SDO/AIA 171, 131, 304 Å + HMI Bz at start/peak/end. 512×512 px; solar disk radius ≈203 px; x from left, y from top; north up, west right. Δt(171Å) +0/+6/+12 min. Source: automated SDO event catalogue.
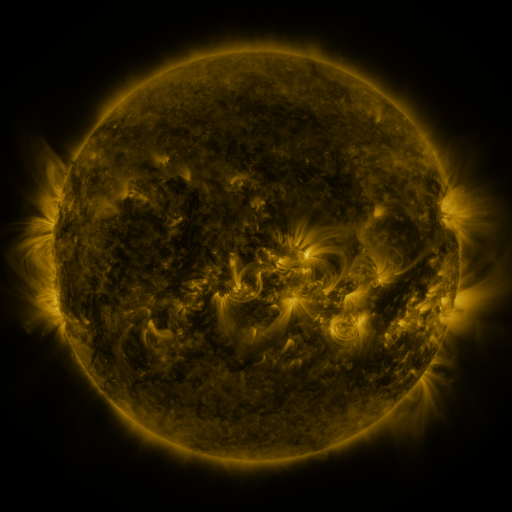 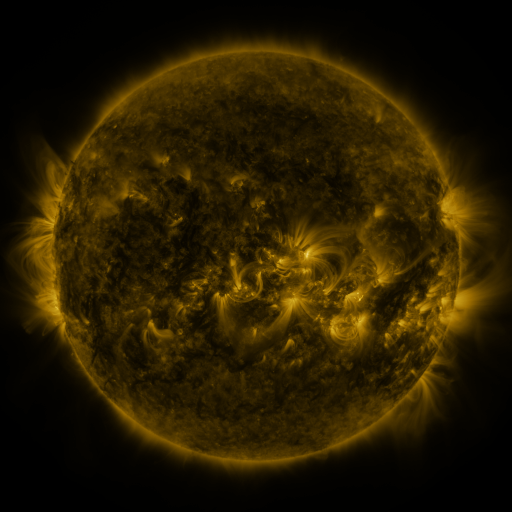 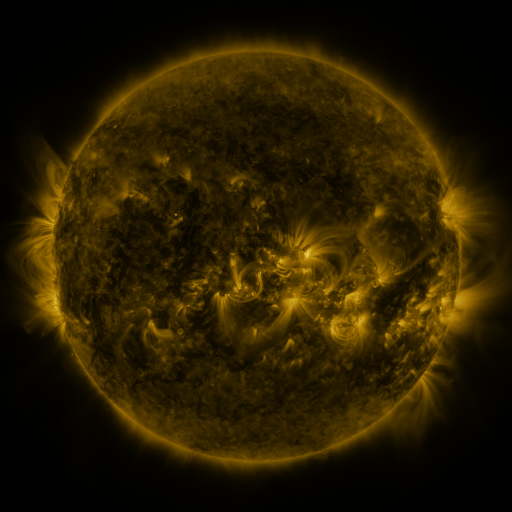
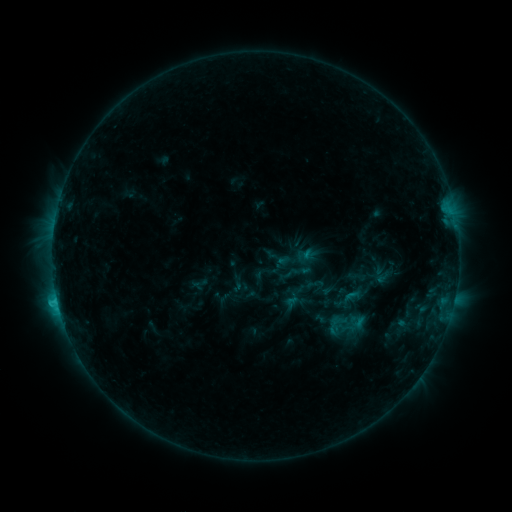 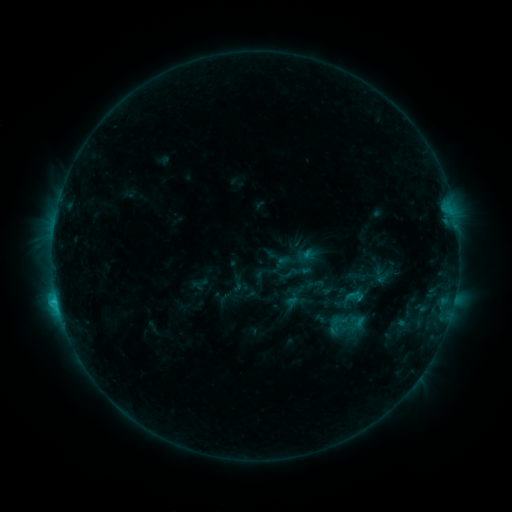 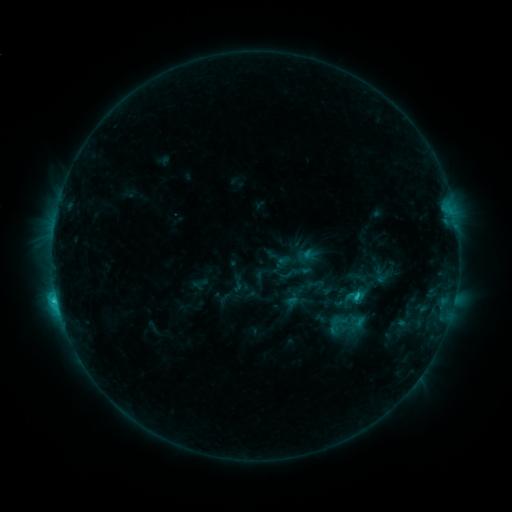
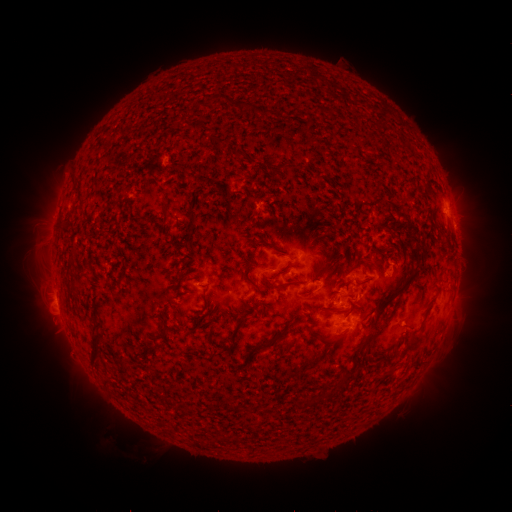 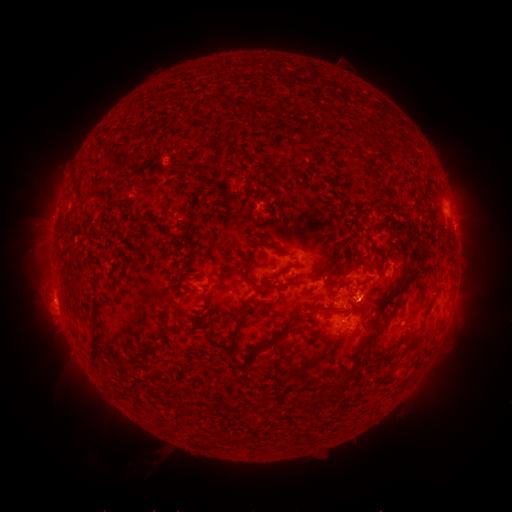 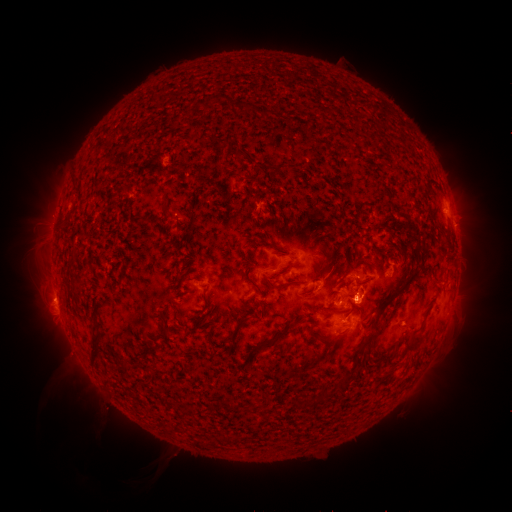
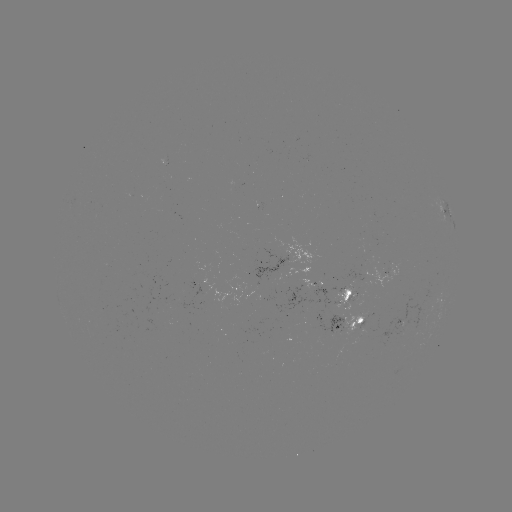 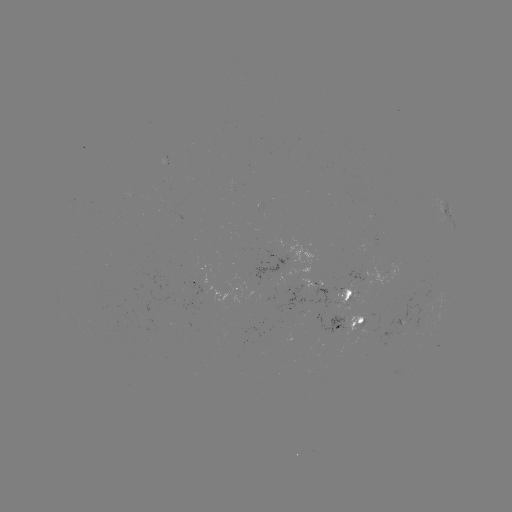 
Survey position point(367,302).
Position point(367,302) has eruption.